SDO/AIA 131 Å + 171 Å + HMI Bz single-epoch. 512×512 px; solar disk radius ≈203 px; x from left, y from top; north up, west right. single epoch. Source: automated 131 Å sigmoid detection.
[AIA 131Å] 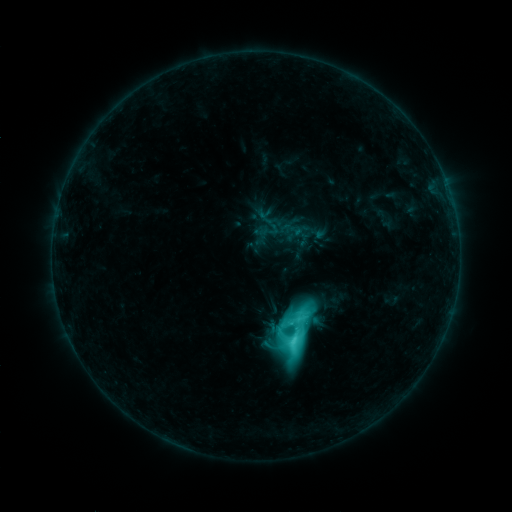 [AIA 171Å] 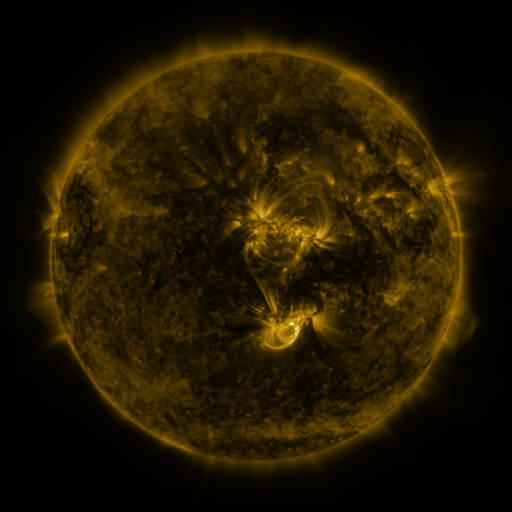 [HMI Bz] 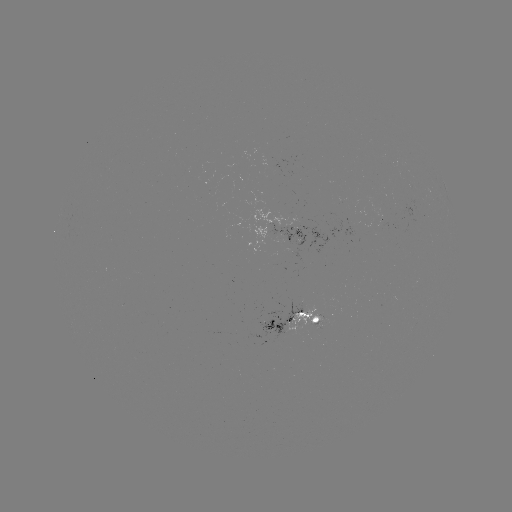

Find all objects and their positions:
sigmoid: <bbox>285, 305, 311, 331</bbox>
